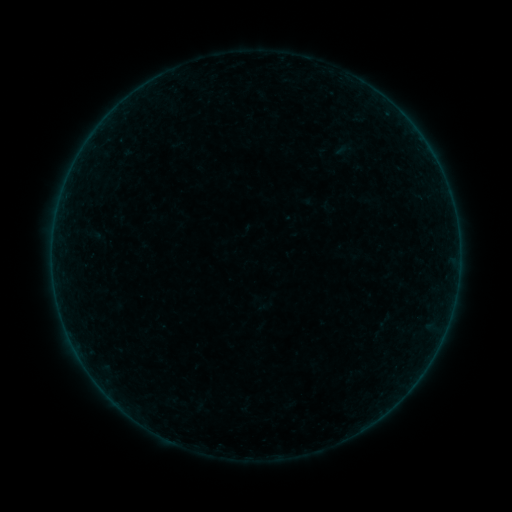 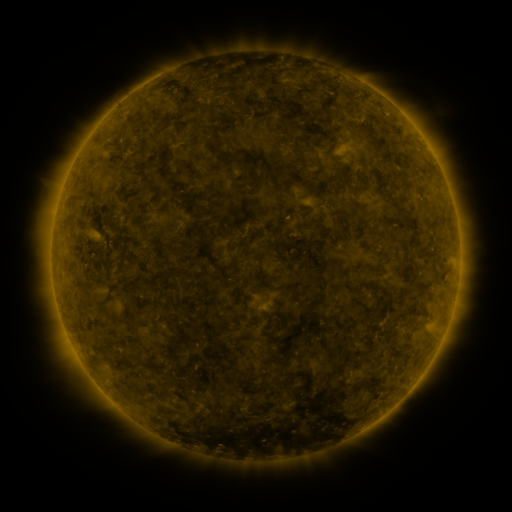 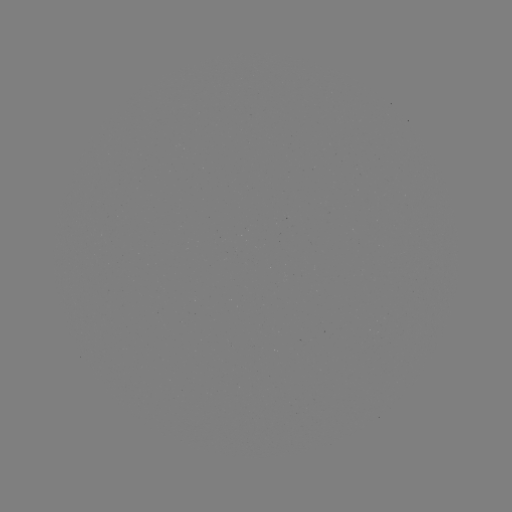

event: sigmoid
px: (94, 235)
